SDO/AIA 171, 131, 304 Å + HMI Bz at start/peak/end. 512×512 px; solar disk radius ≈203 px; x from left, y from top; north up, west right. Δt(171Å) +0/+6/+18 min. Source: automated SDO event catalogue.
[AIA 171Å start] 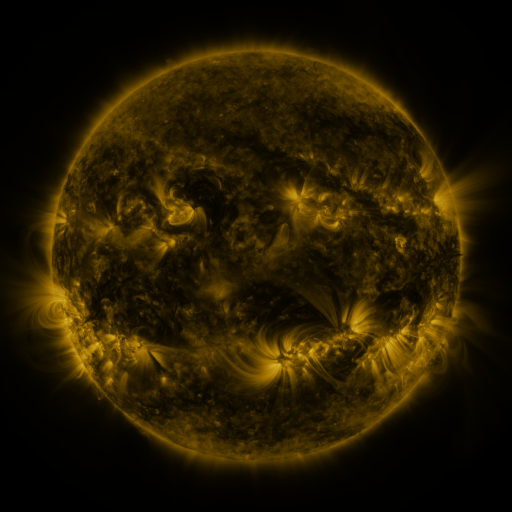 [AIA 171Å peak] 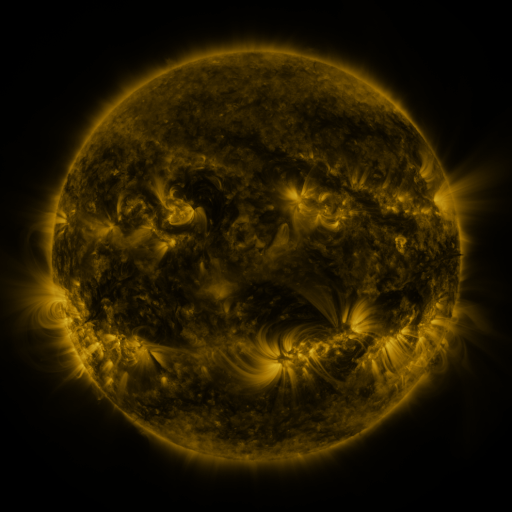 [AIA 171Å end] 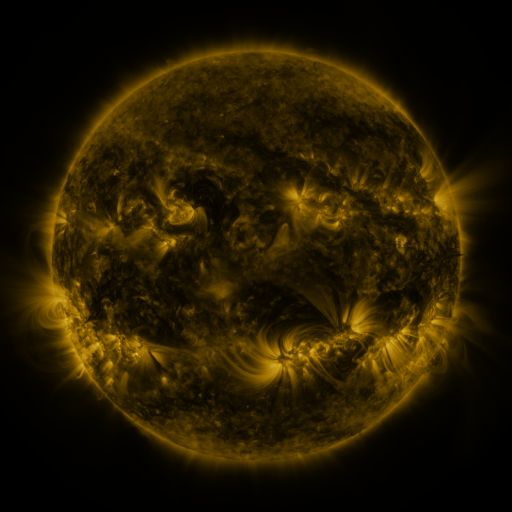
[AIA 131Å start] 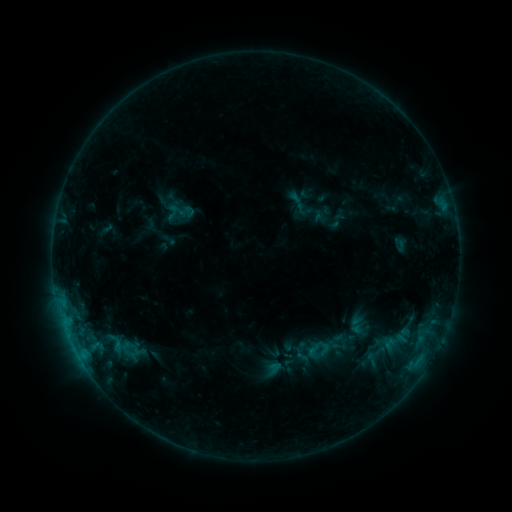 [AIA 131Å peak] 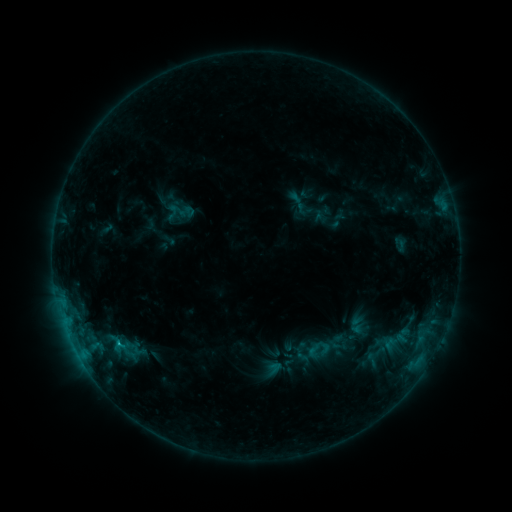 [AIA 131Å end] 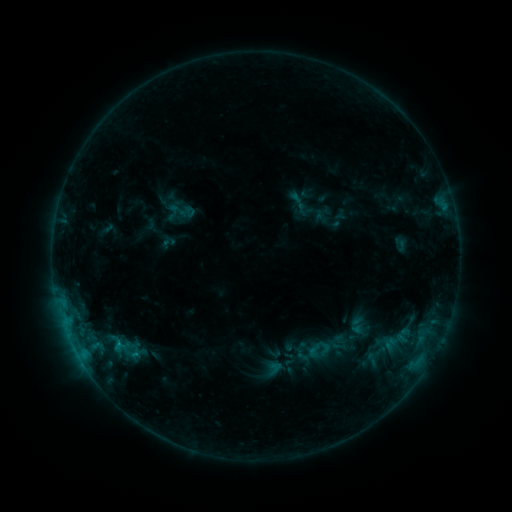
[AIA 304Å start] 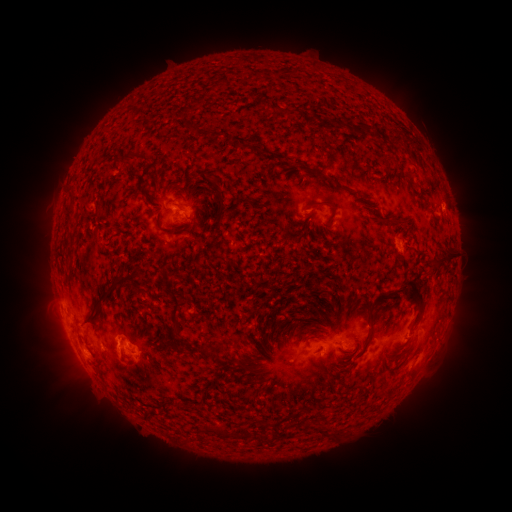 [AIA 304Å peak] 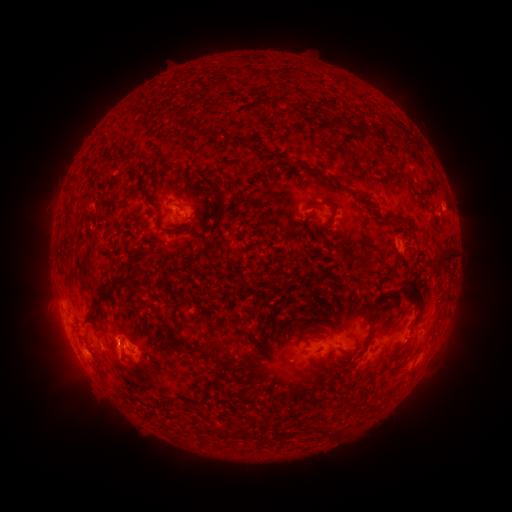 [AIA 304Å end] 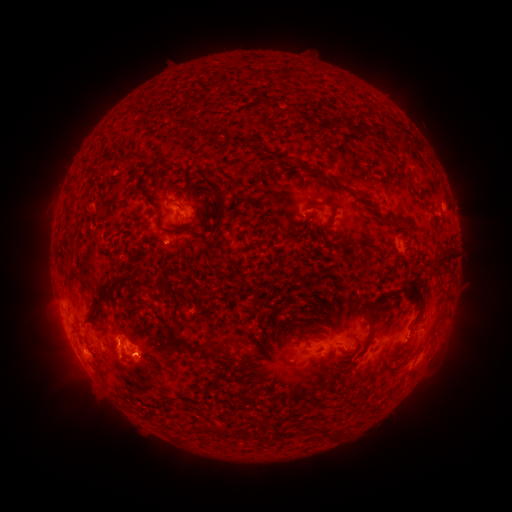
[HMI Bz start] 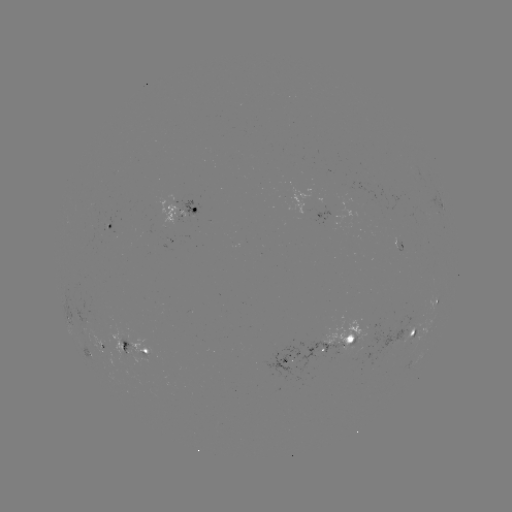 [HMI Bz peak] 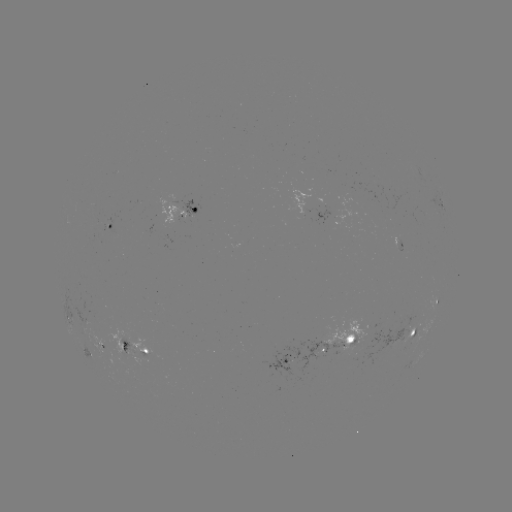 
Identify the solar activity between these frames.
B8.7 flare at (119, 342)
